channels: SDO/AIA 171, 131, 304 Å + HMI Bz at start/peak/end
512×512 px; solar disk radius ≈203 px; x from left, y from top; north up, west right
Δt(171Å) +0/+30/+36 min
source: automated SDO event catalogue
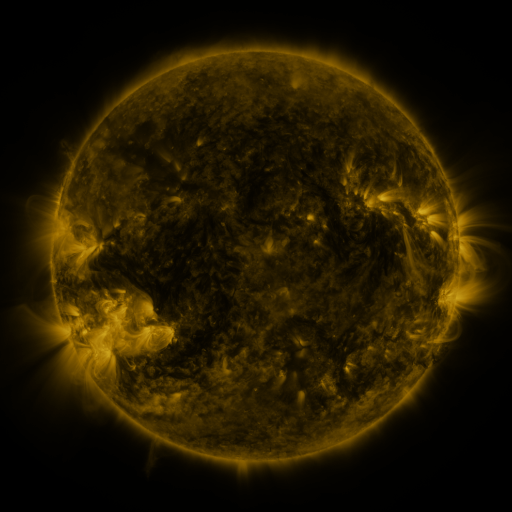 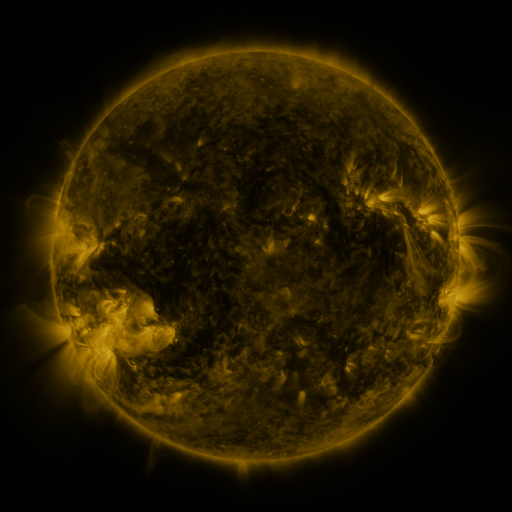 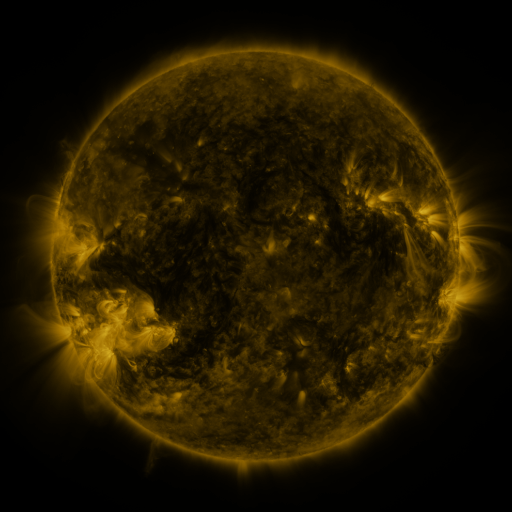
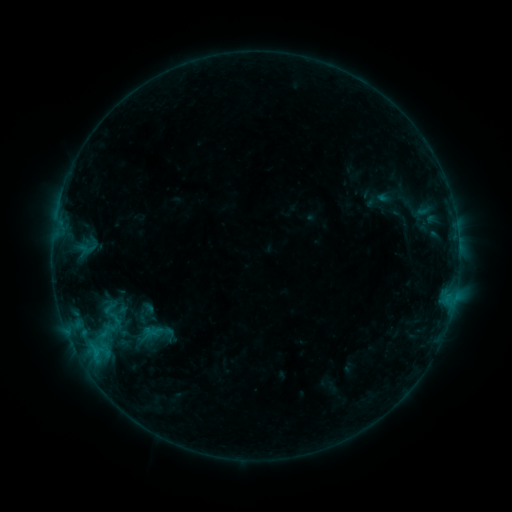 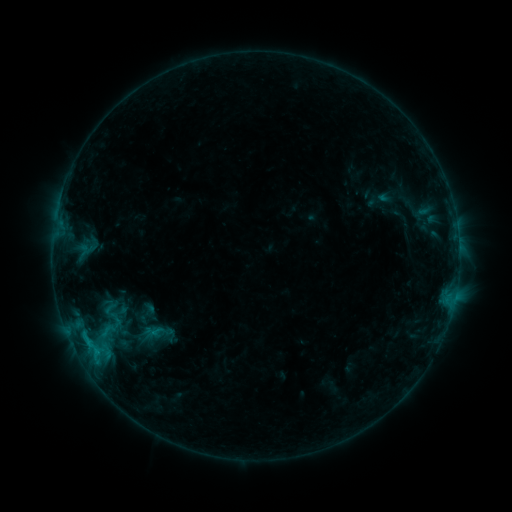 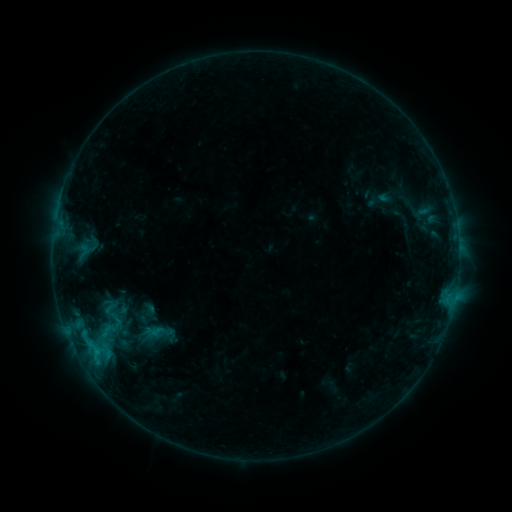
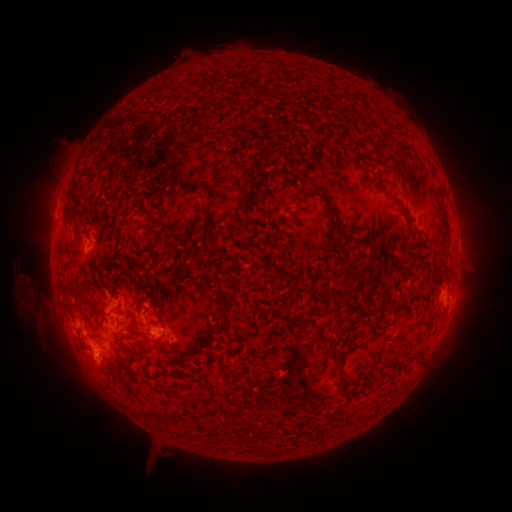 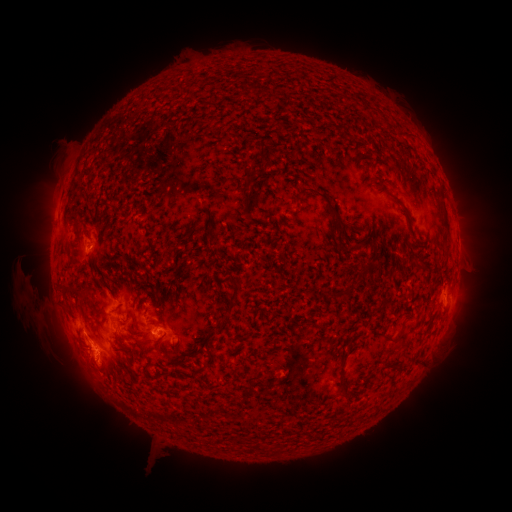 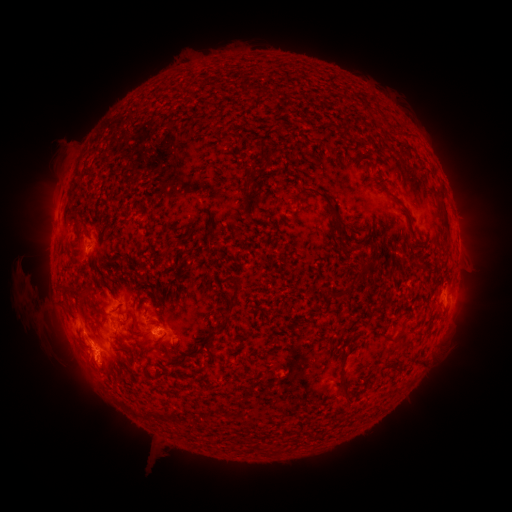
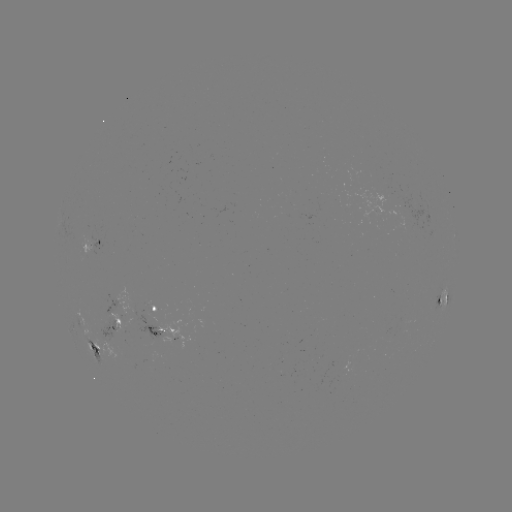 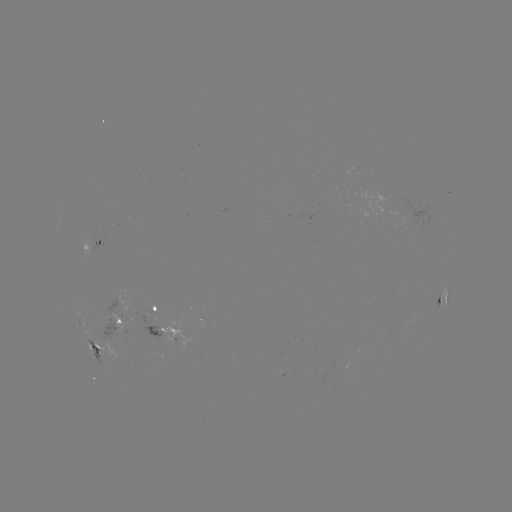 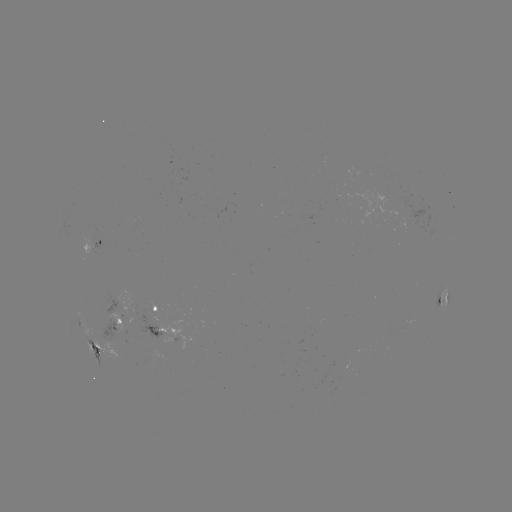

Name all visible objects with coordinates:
B7.6 flare: (88, 340)
